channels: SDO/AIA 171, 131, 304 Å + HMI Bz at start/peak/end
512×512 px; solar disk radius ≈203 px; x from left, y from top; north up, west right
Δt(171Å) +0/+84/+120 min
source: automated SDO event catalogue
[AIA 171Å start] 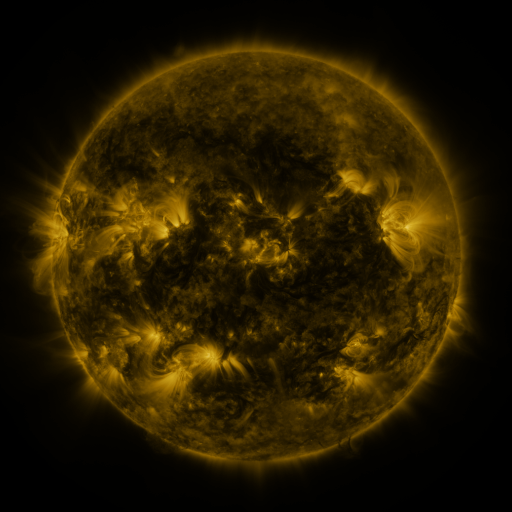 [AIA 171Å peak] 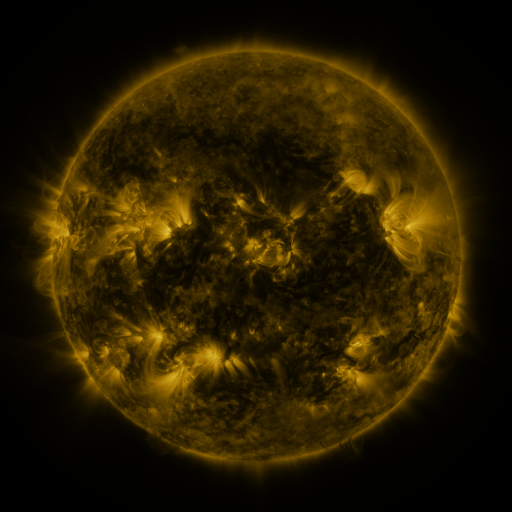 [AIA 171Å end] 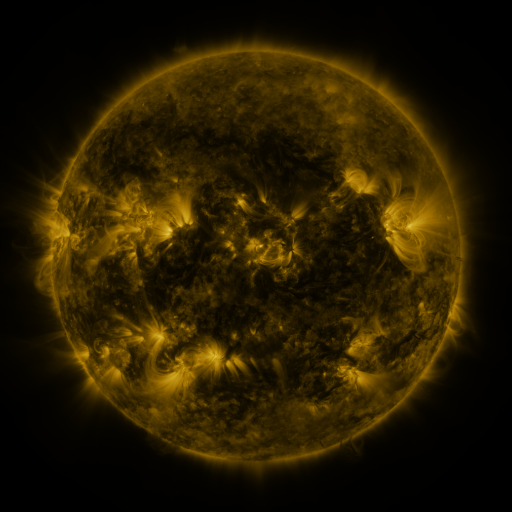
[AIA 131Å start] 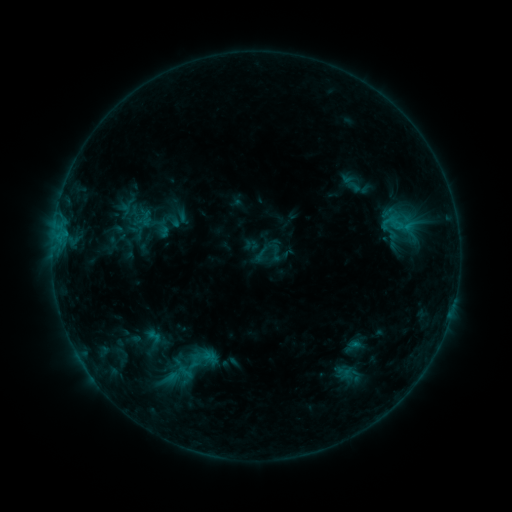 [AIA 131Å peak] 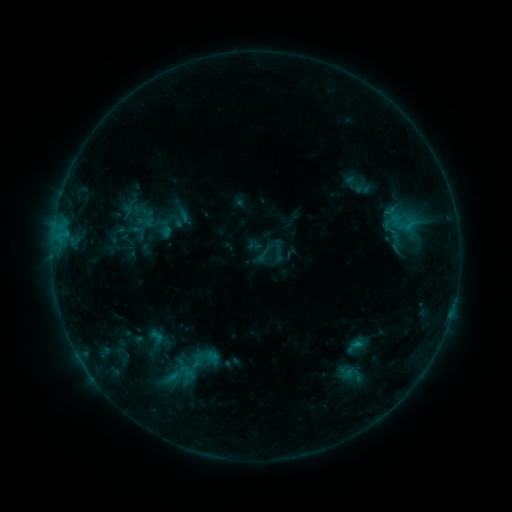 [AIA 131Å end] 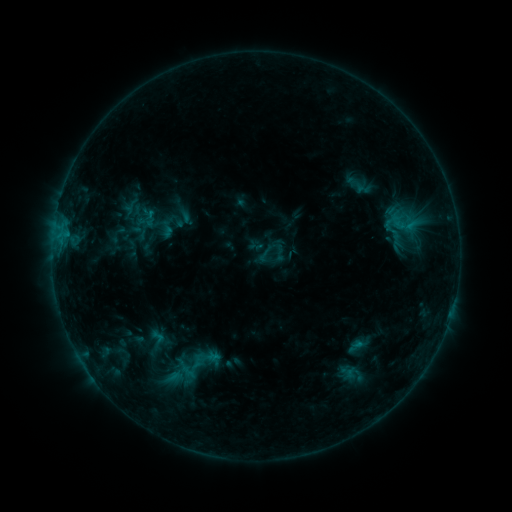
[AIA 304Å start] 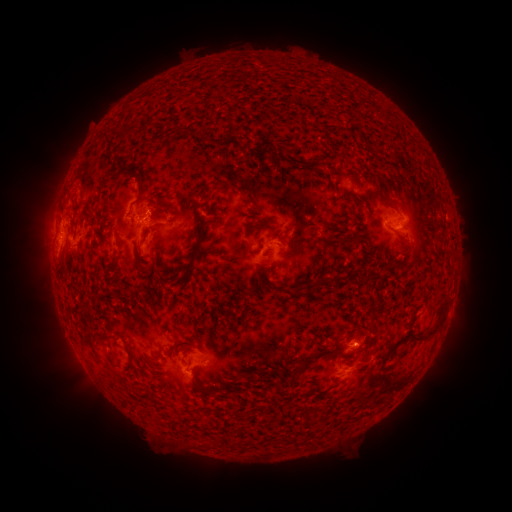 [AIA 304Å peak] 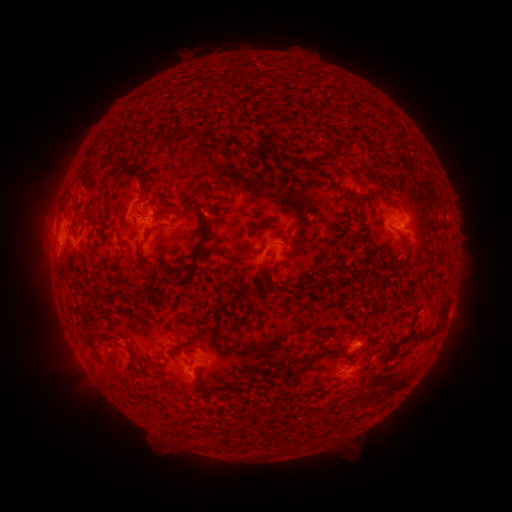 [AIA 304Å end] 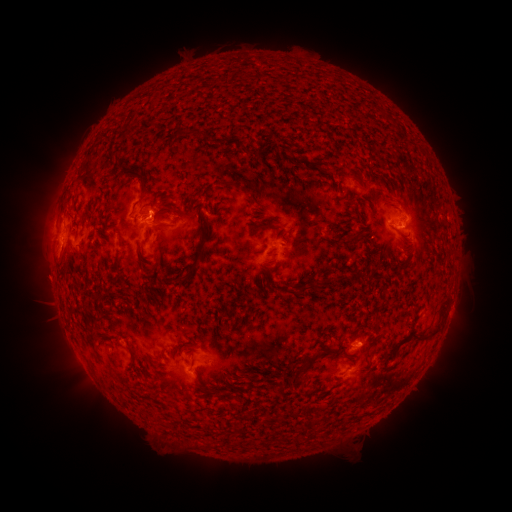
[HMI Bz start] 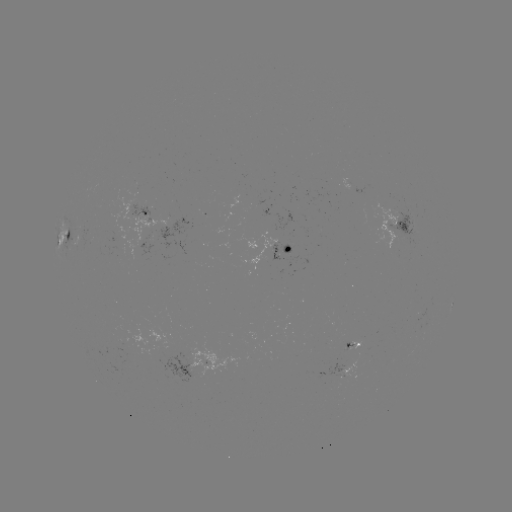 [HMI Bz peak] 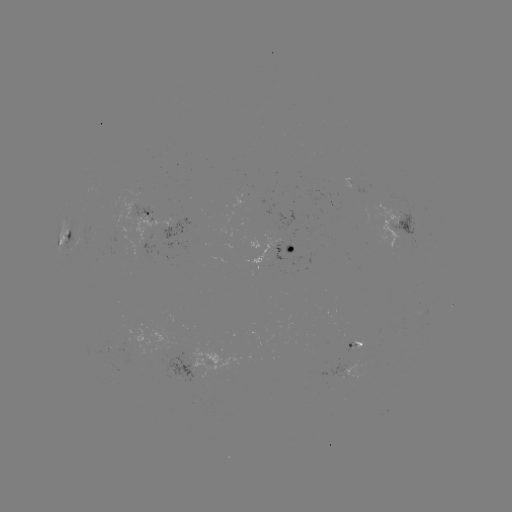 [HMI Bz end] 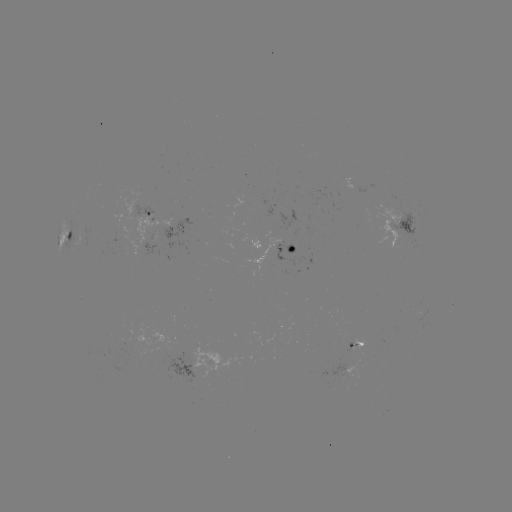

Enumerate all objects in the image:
emerging-flux region: (356, 349)
